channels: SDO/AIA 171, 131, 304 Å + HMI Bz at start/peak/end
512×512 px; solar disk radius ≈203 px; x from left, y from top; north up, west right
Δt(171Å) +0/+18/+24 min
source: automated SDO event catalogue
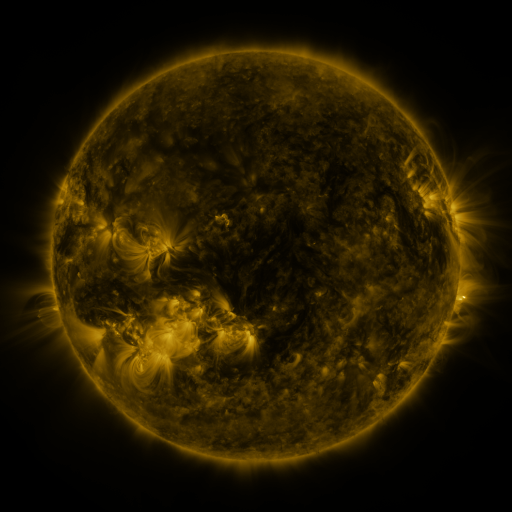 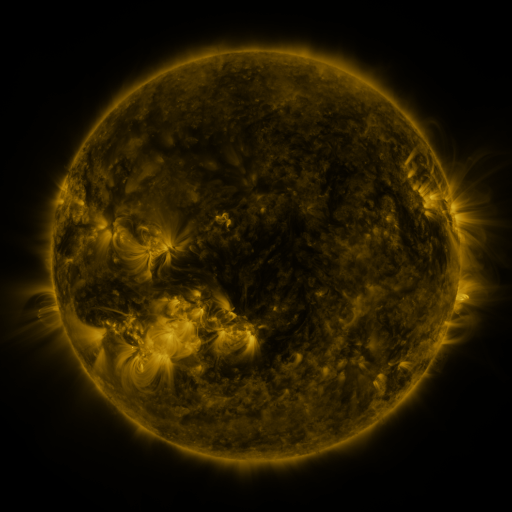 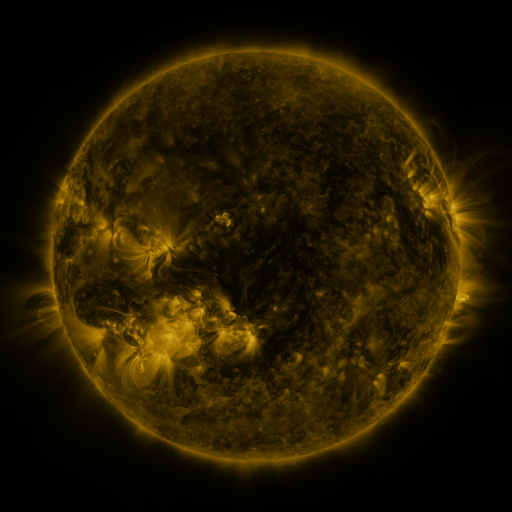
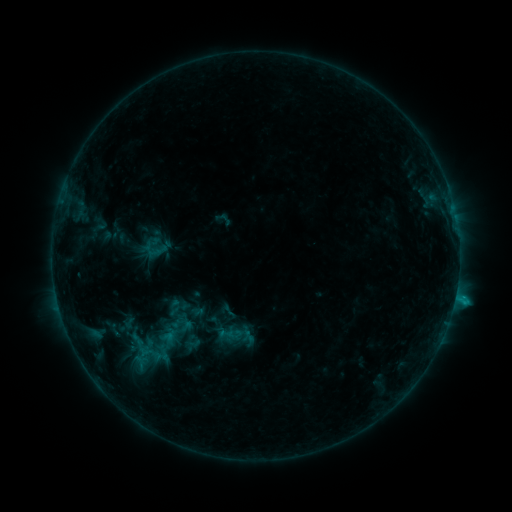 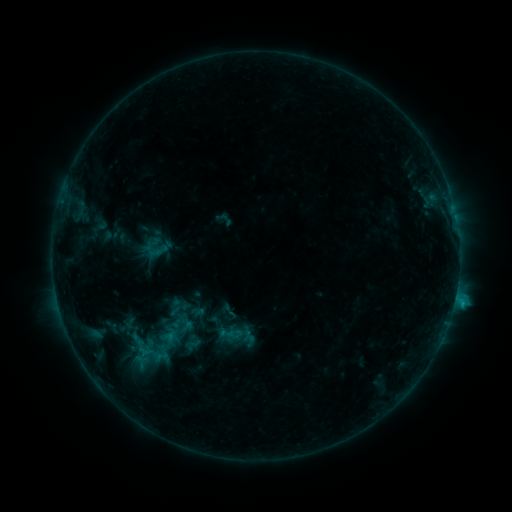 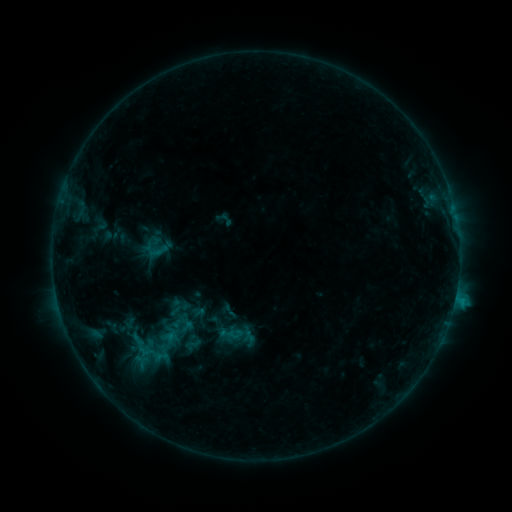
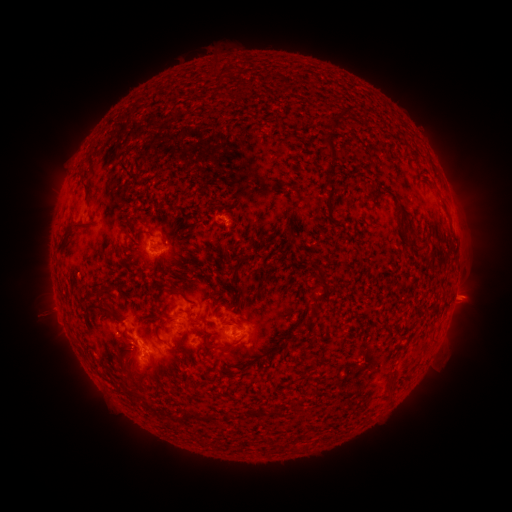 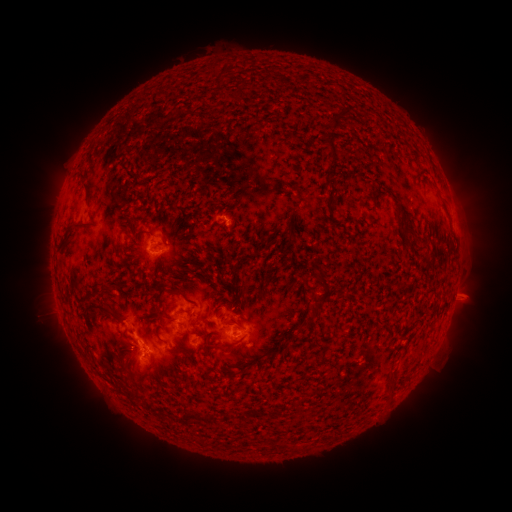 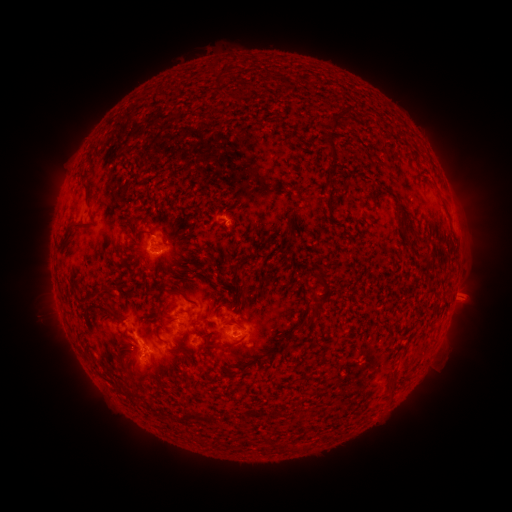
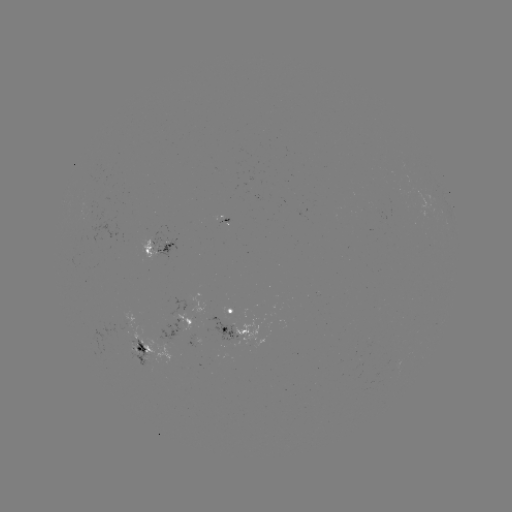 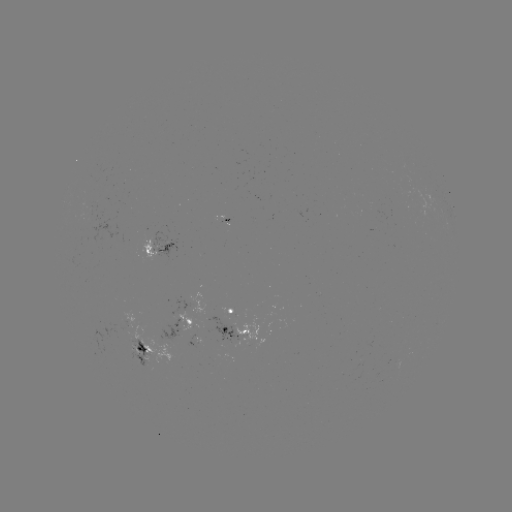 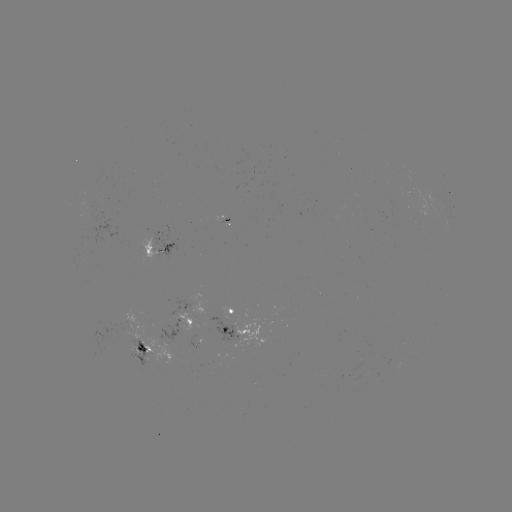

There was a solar flare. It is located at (453, 301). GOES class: B9.4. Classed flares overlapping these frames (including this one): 1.